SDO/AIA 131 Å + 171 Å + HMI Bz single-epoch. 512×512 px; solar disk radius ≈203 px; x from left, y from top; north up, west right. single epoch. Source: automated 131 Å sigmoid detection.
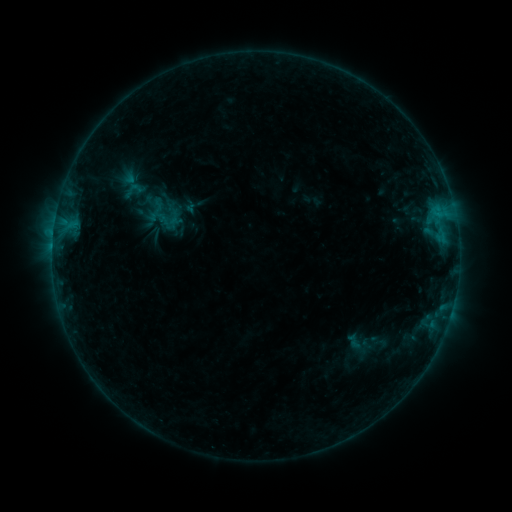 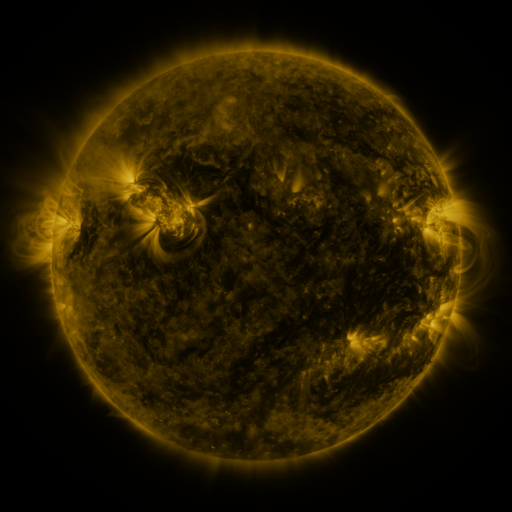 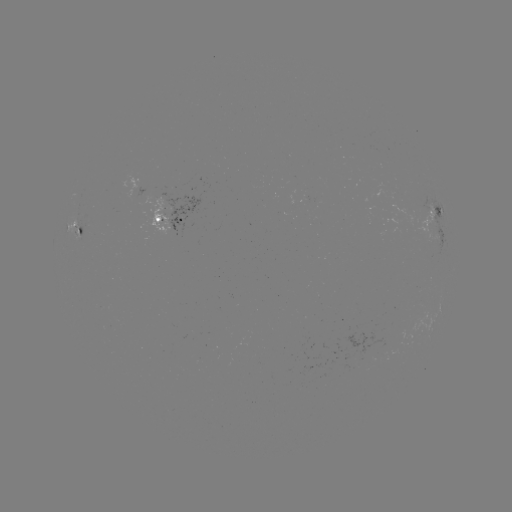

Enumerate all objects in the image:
sigmoid: [123, 179, 145, 202]
